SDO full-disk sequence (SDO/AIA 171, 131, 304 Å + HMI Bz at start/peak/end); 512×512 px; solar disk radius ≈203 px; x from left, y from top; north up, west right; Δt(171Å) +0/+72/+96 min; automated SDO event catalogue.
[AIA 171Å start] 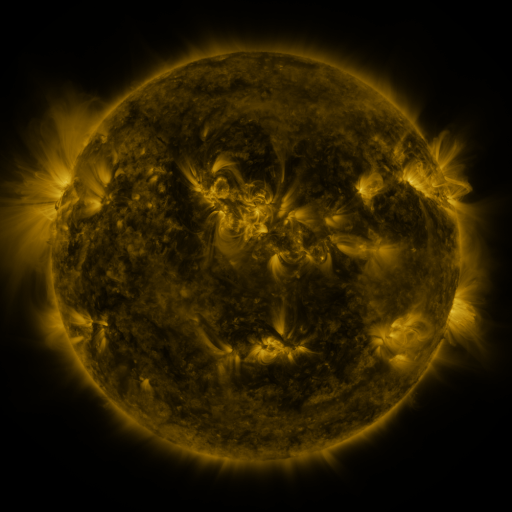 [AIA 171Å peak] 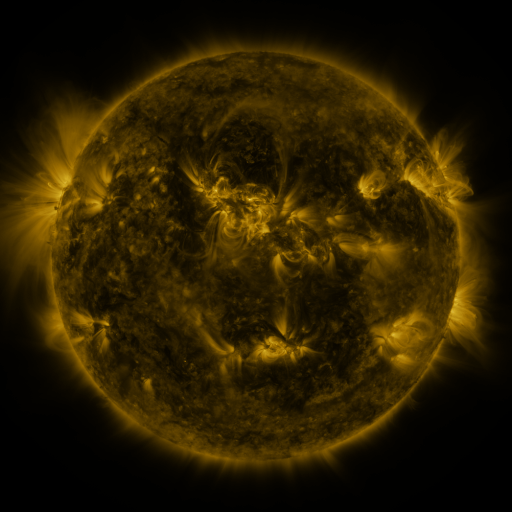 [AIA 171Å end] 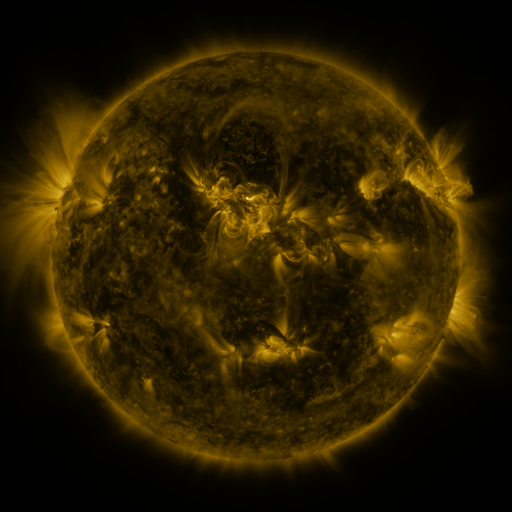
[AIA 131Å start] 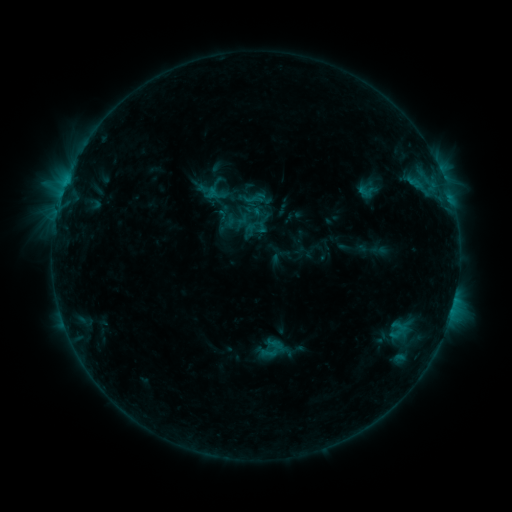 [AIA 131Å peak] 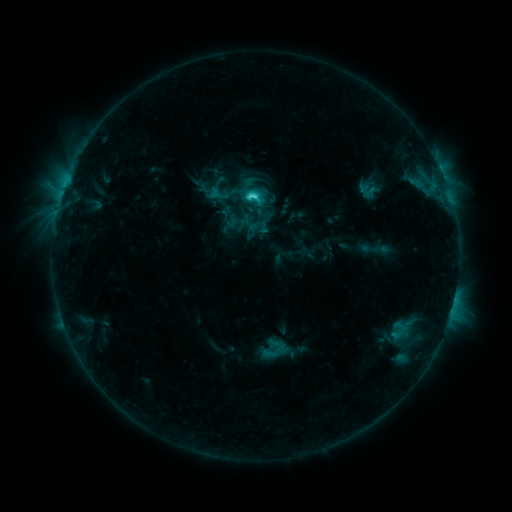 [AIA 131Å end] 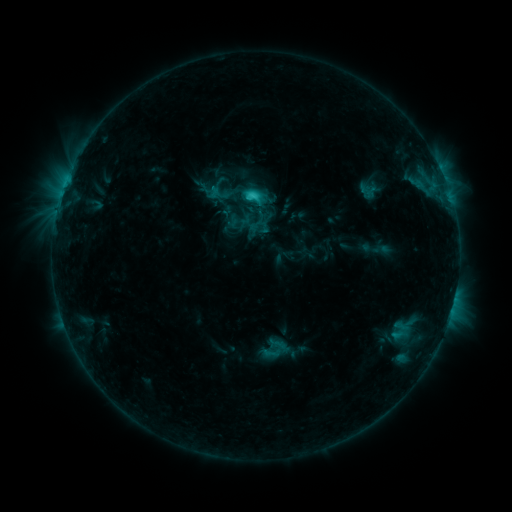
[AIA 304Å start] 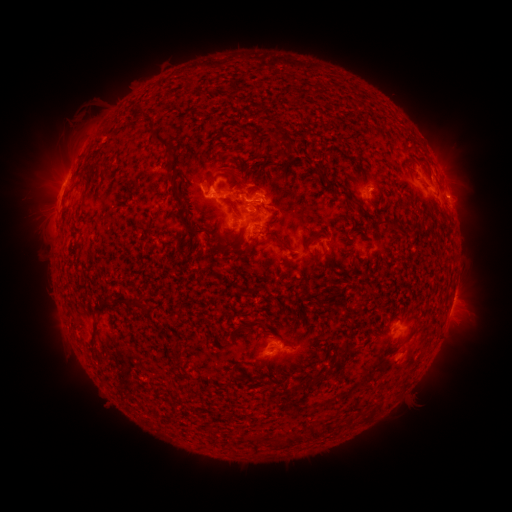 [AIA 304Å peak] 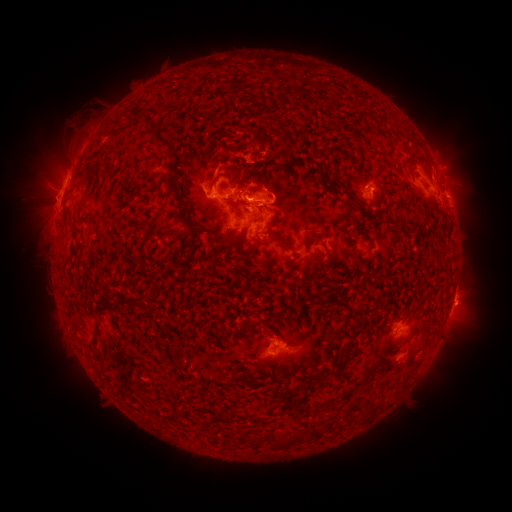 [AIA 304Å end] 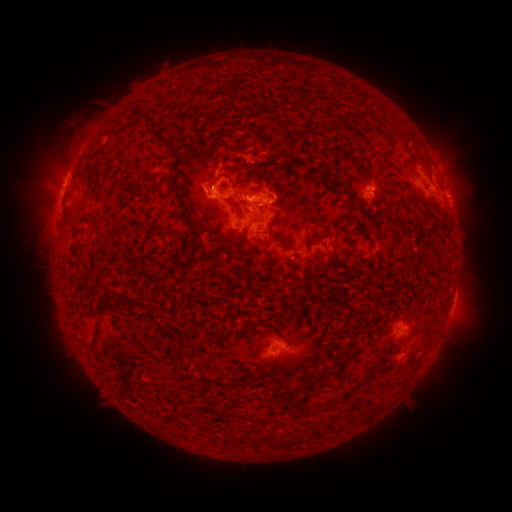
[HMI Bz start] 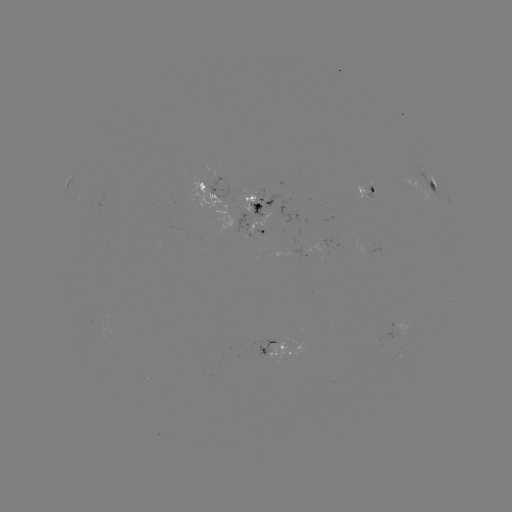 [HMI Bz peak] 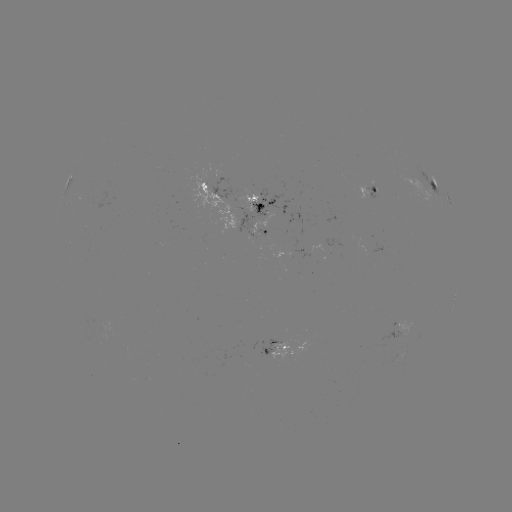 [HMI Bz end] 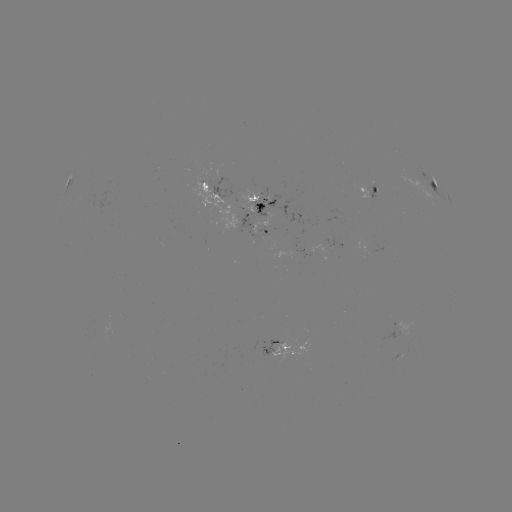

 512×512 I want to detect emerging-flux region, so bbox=[354, 185, 371, 198].